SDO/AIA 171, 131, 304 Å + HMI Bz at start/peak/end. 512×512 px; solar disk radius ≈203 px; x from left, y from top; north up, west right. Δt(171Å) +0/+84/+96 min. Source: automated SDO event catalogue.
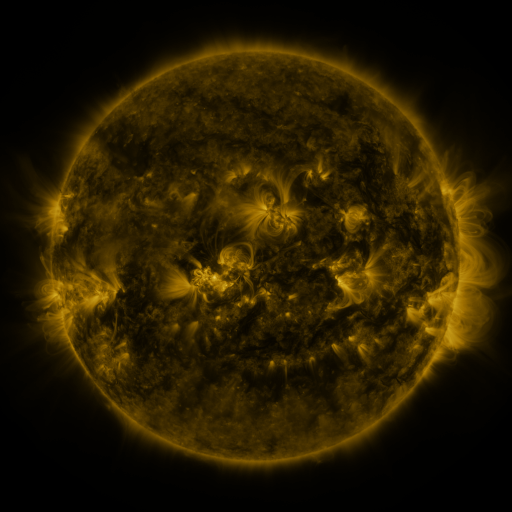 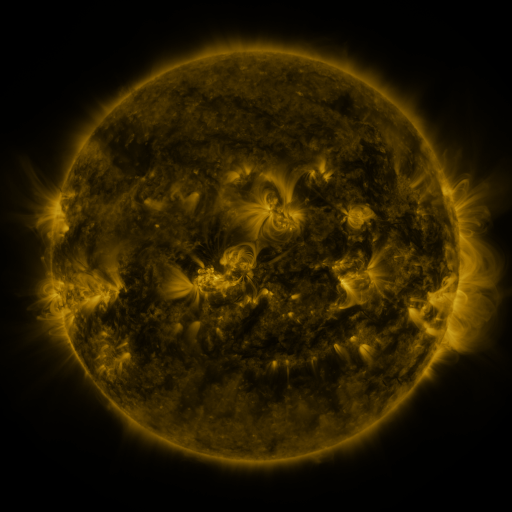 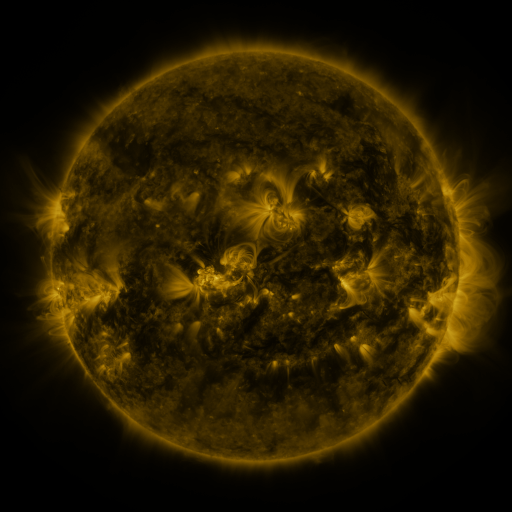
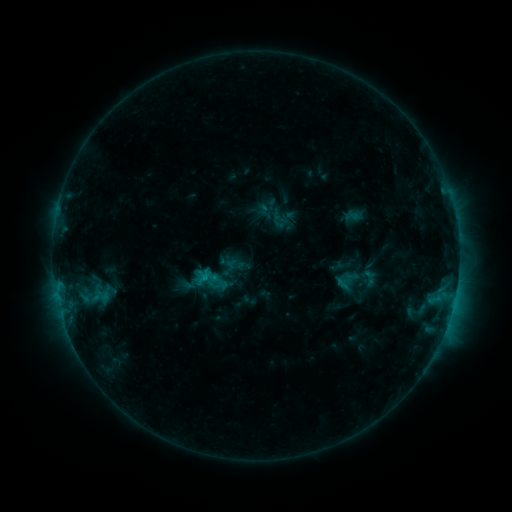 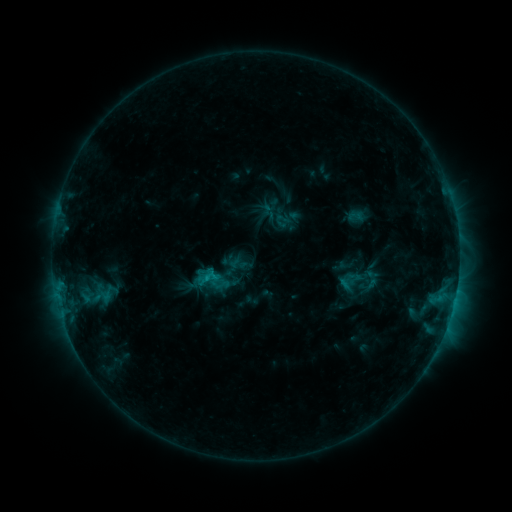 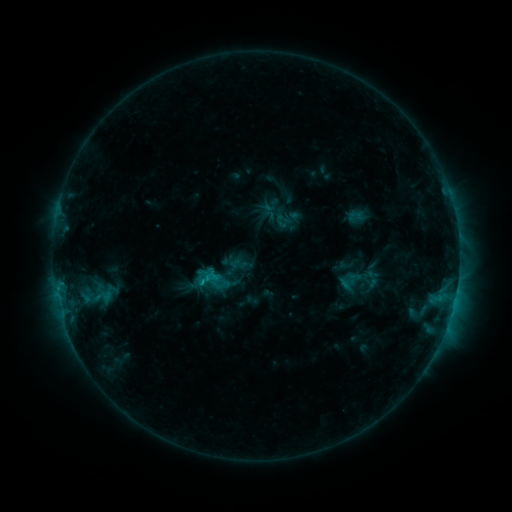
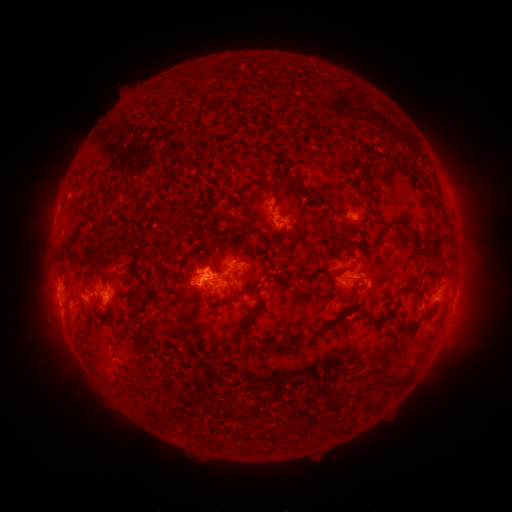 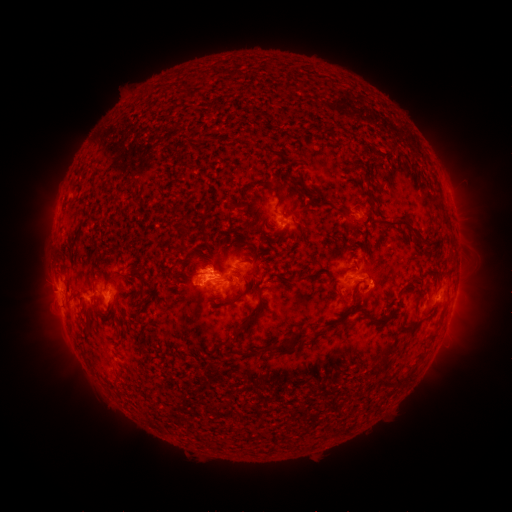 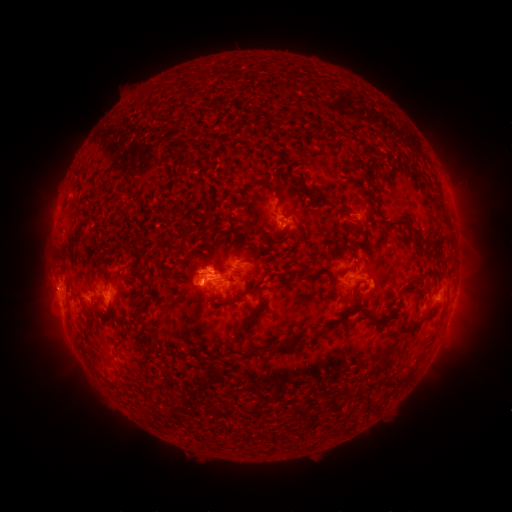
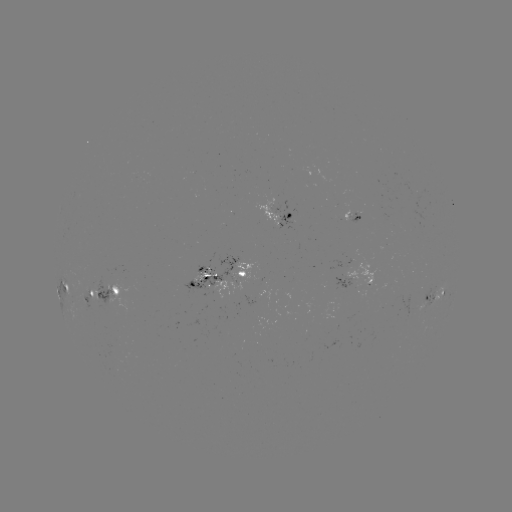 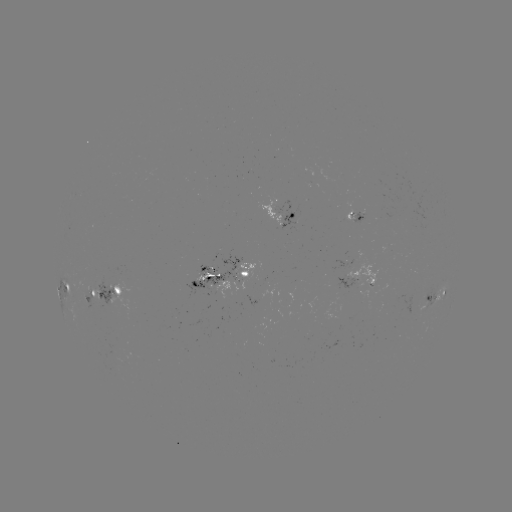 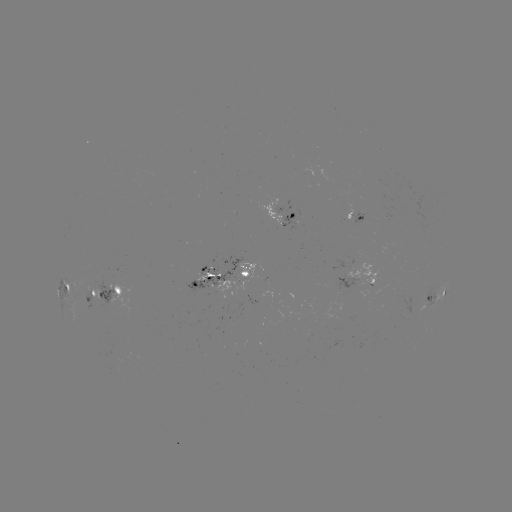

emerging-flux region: (351, 212, 363, 225)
